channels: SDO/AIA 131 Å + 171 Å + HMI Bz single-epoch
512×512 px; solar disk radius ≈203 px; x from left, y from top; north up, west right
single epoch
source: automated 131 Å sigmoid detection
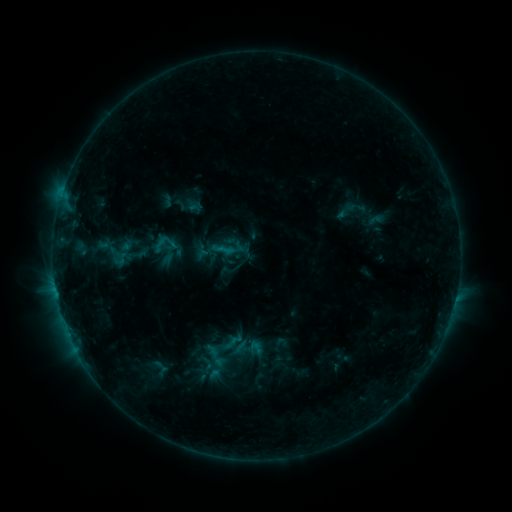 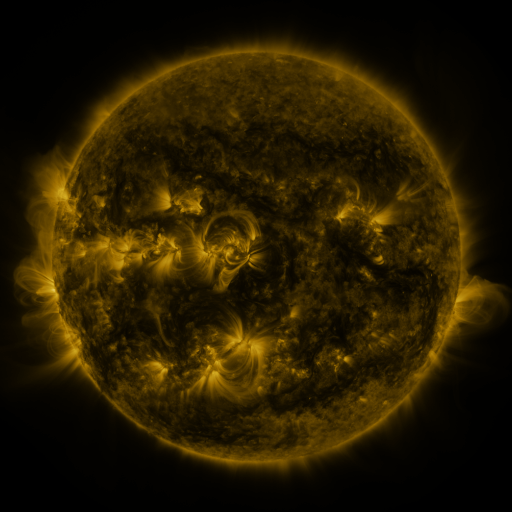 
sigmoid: <bbox>228, 331, 265, 366</bbox>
